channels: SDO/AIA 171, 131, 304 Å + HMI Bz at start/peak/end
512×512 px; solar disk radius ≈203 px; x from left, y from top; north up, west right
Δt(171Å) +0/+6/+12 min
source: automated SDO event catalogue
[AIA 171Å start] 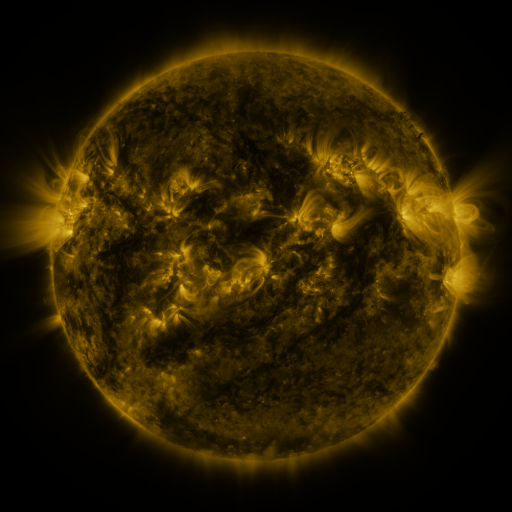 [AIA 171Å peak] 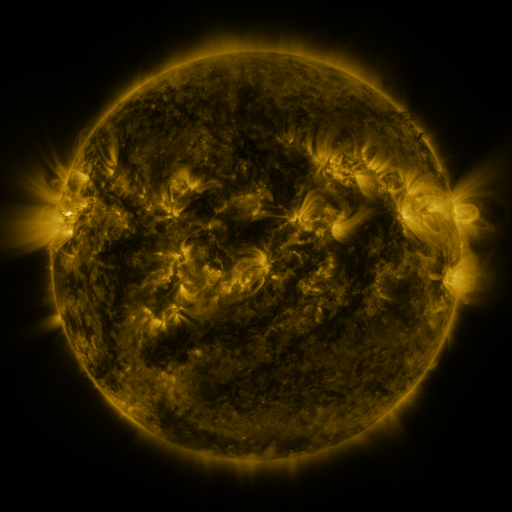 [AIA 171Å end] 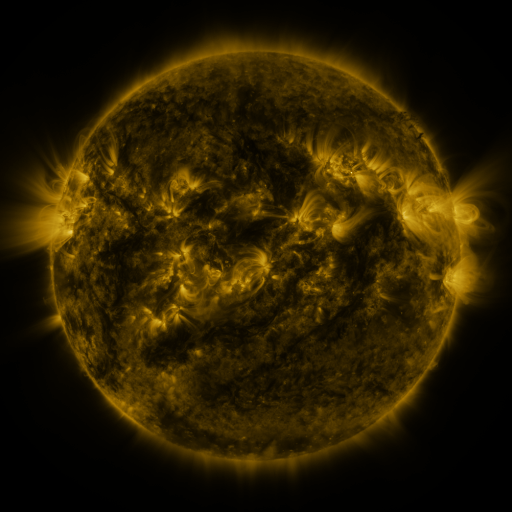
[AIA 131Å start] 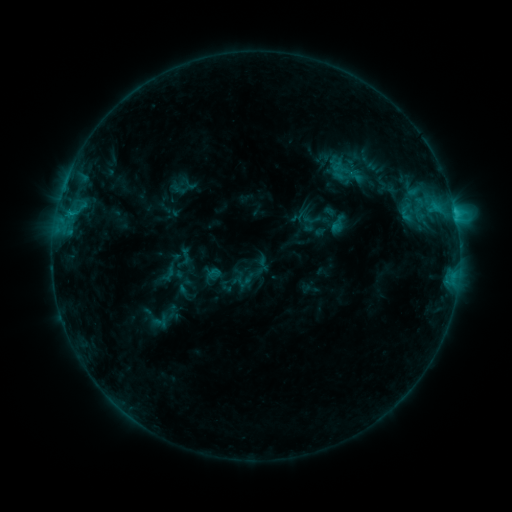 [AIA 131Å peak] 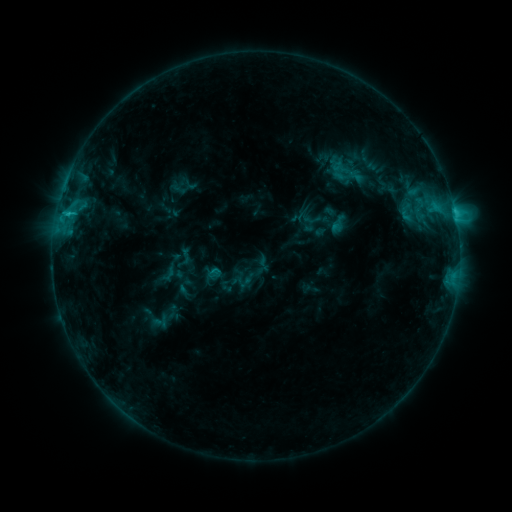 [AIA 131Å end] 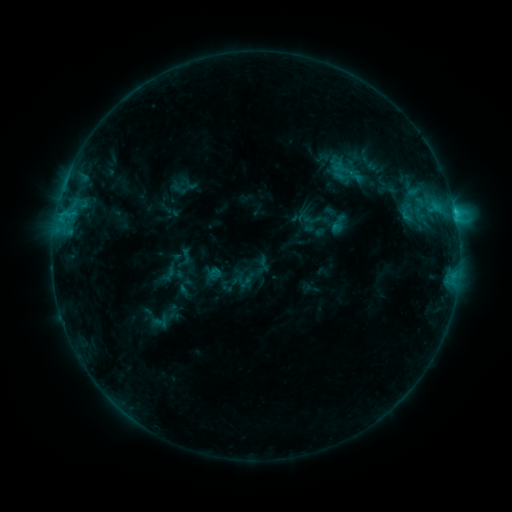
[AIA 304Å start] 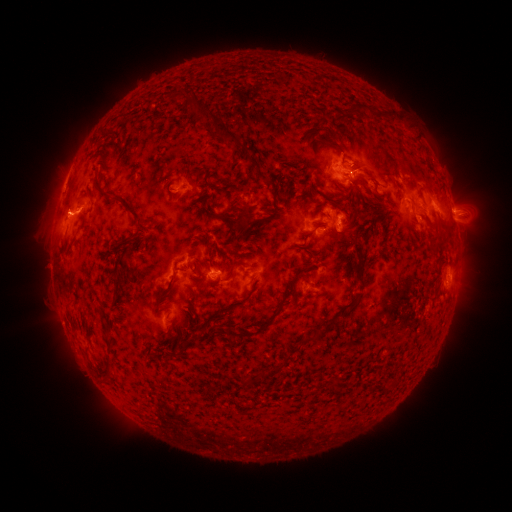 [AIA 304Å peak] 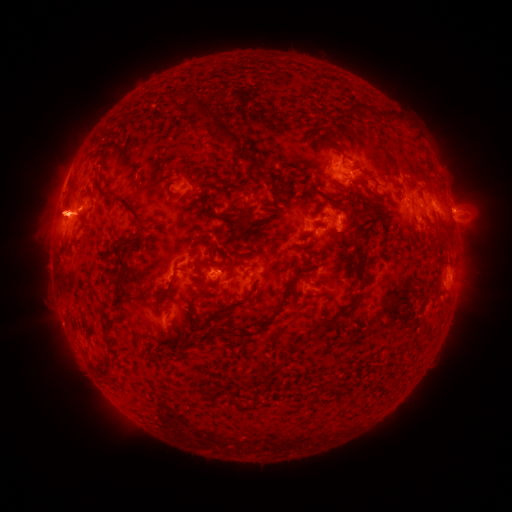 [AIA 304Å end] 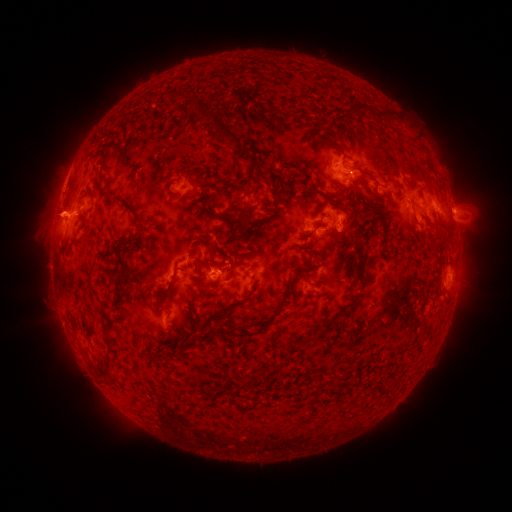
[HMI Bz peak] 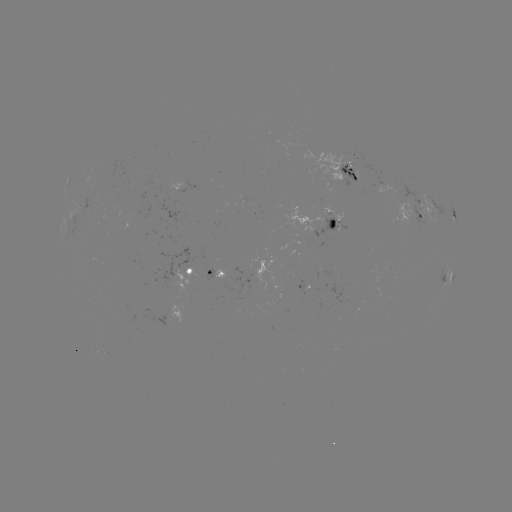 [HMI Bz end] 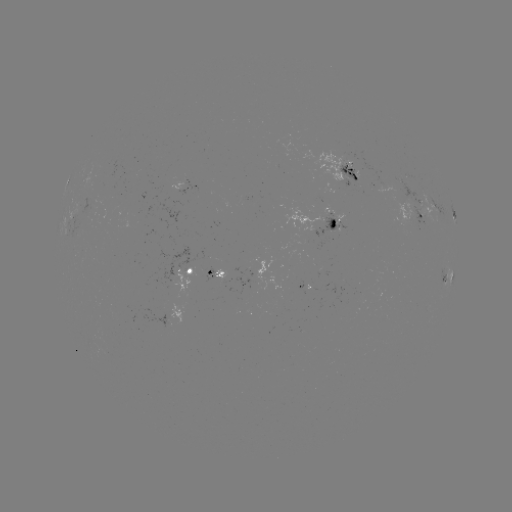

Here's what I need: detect eruption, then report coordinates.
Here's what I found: eruption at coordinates (60, 215).